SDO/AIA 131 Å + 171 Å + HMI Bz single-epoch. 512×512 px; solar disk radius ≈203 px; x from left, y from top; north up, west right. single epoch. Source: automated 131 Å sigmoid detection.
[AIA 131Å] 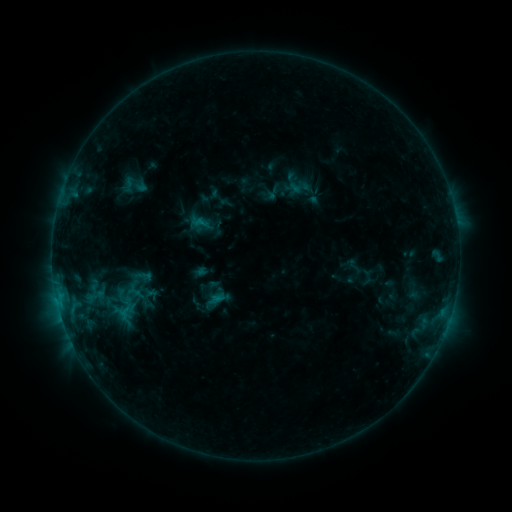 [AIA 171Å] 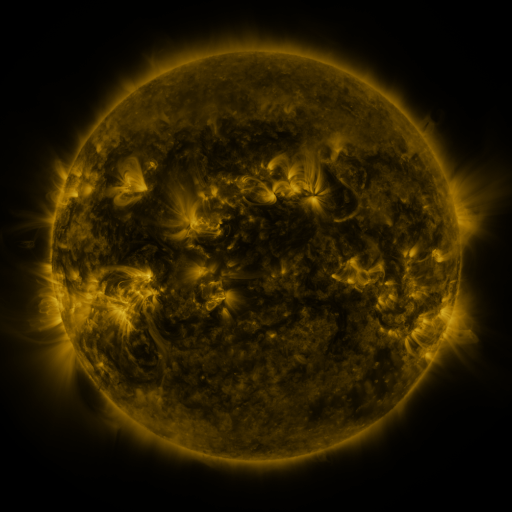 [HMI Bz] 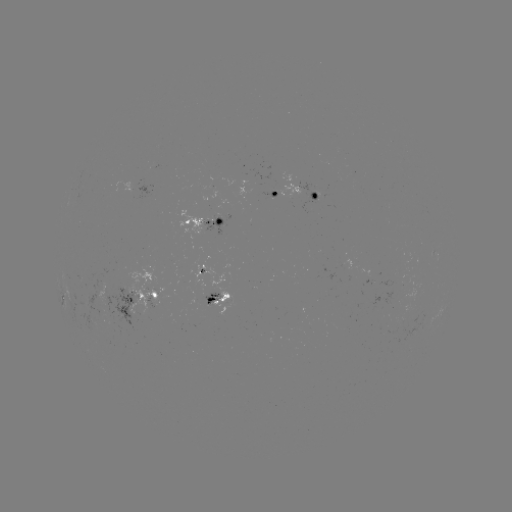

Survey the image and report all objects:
sigmoid: [124, 174, 144, 195]
